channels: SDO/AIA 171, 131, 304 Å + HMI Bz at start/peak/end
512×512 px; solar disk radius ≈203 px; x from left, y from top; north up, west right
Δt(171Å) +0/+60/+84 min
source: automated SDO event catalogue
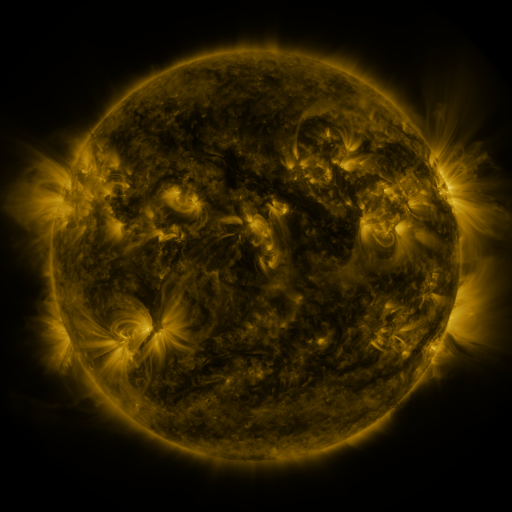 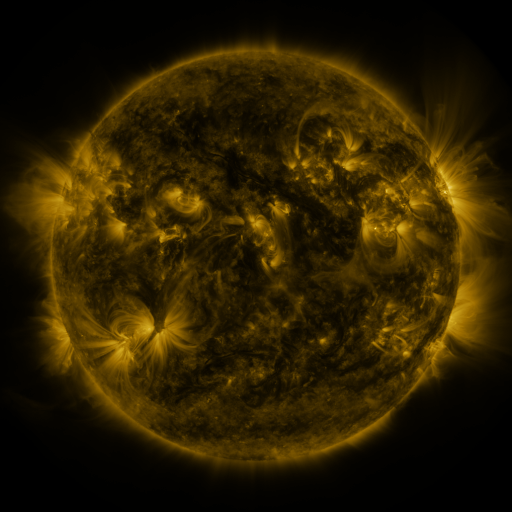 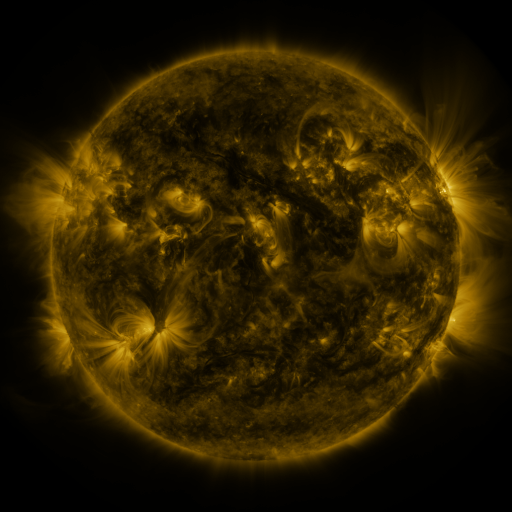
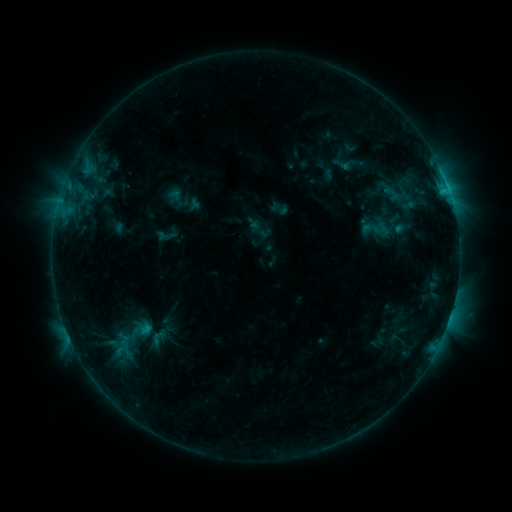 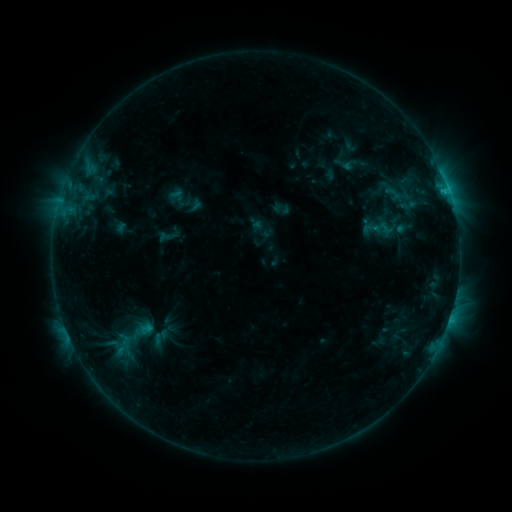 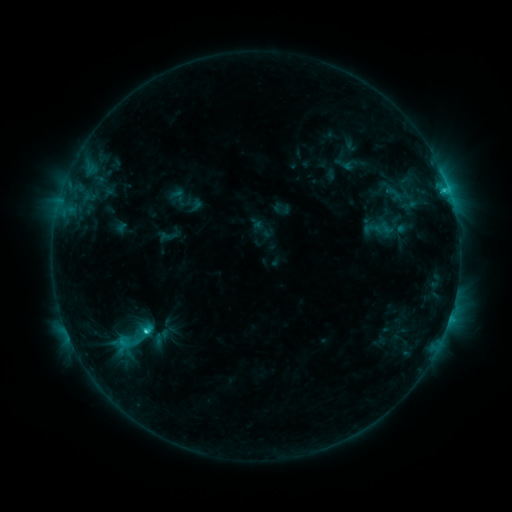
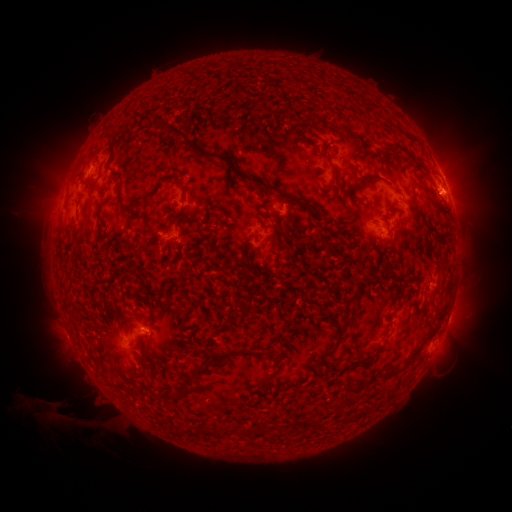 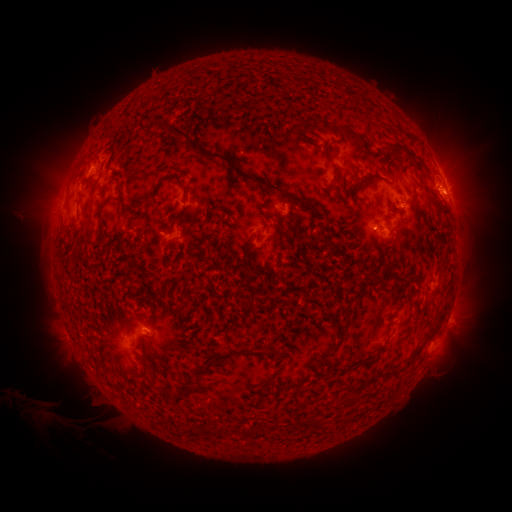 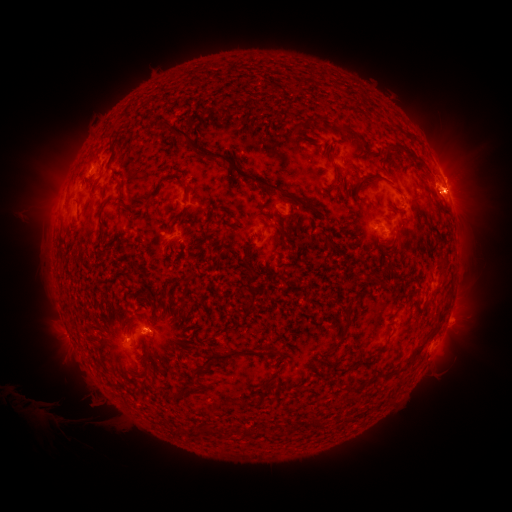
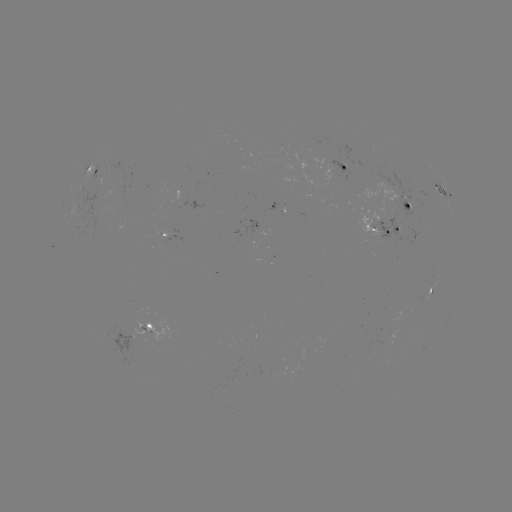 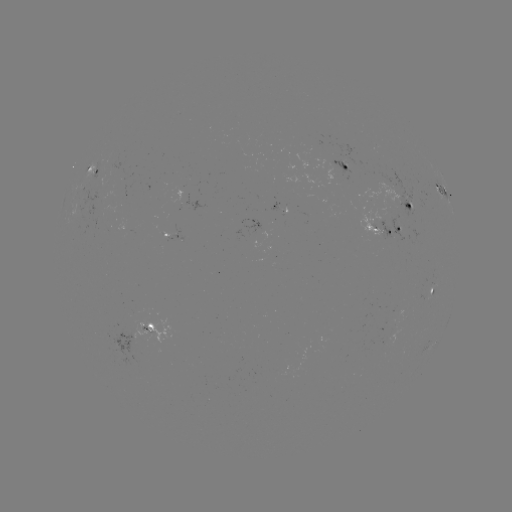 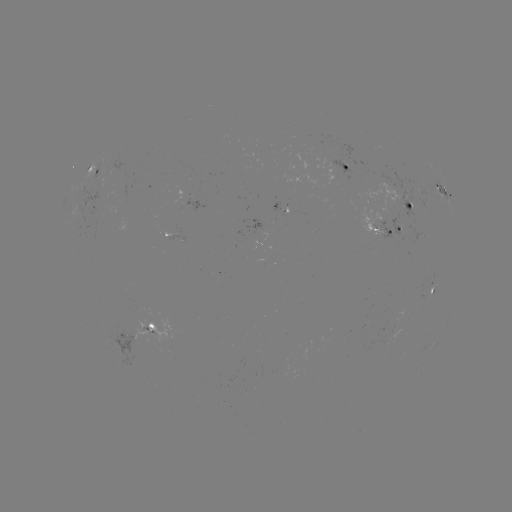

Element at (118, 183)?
emerging-flux region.